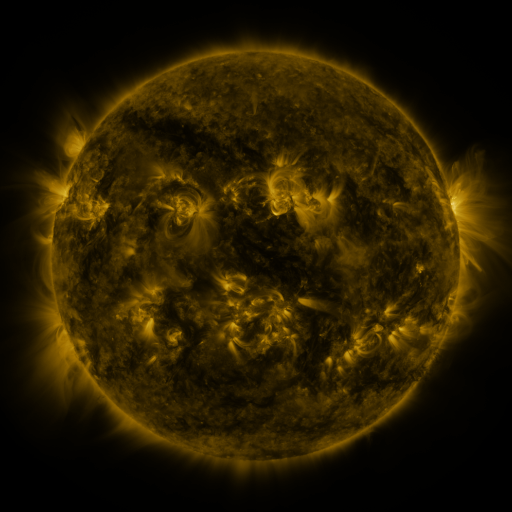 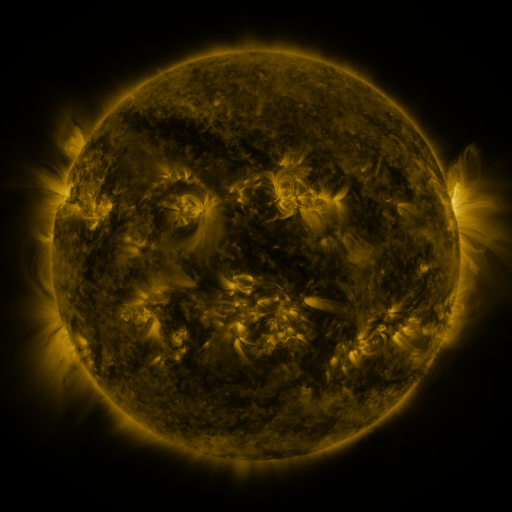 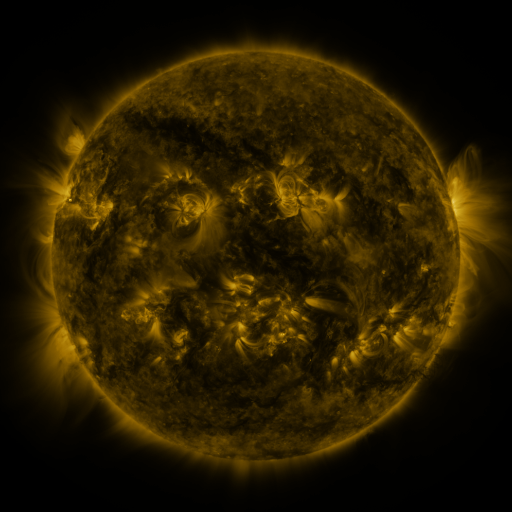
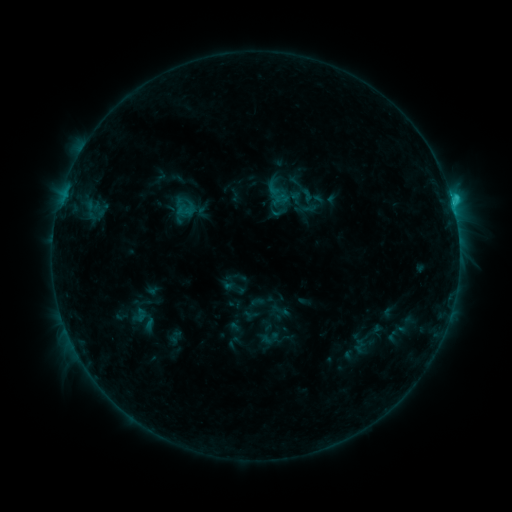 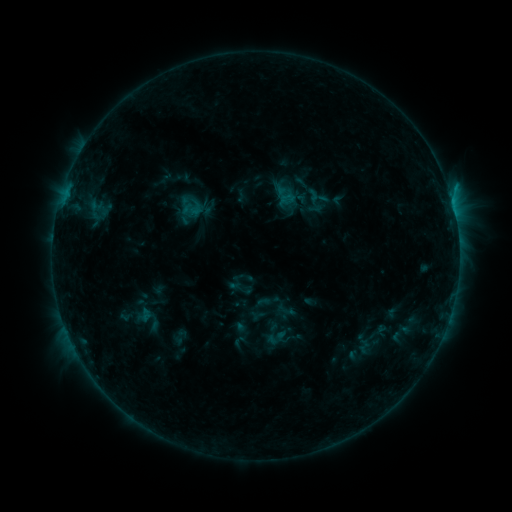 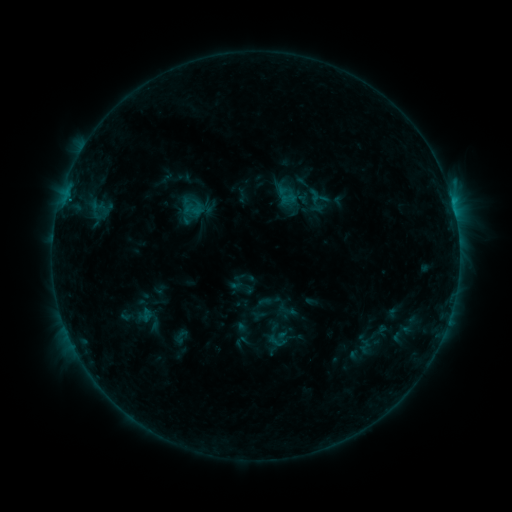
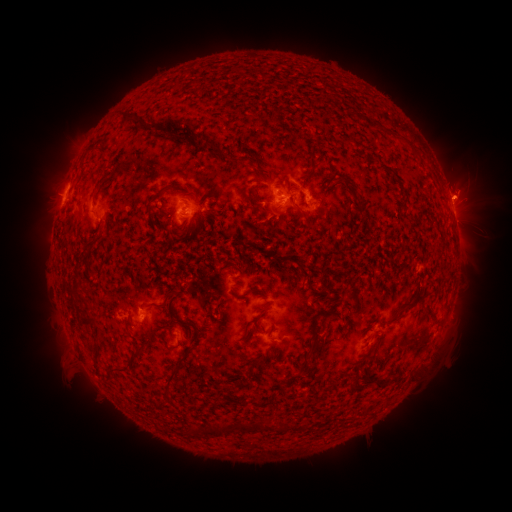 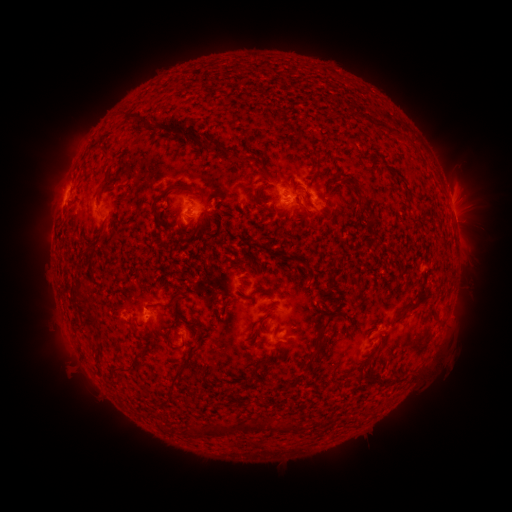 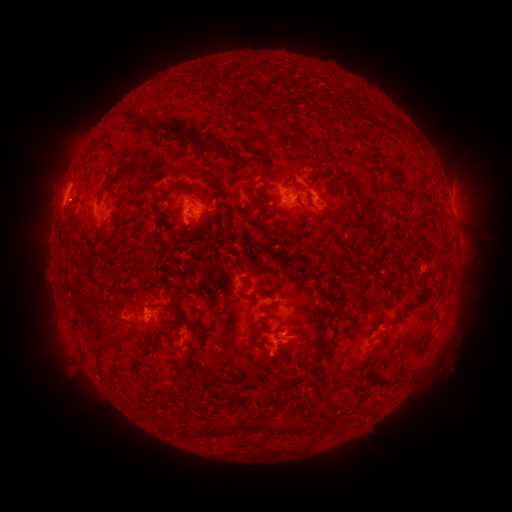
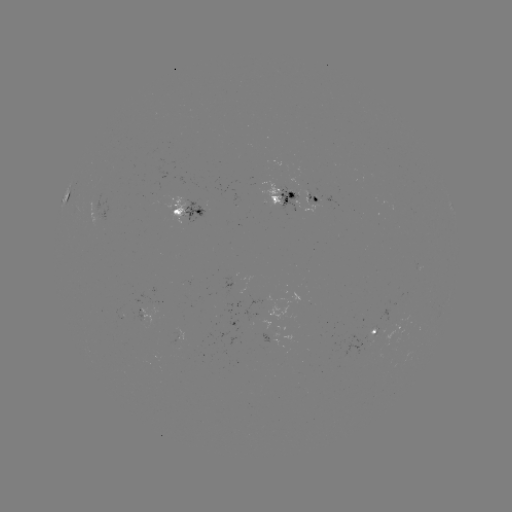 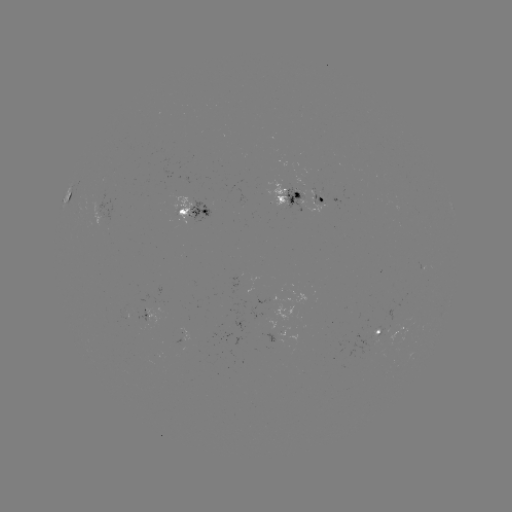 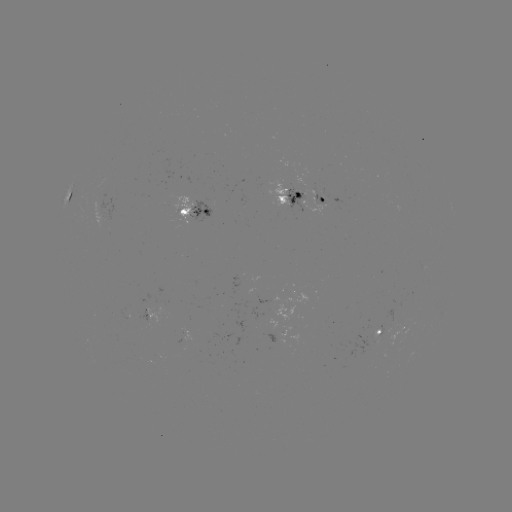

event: emerging-flux region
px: (145, 320)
